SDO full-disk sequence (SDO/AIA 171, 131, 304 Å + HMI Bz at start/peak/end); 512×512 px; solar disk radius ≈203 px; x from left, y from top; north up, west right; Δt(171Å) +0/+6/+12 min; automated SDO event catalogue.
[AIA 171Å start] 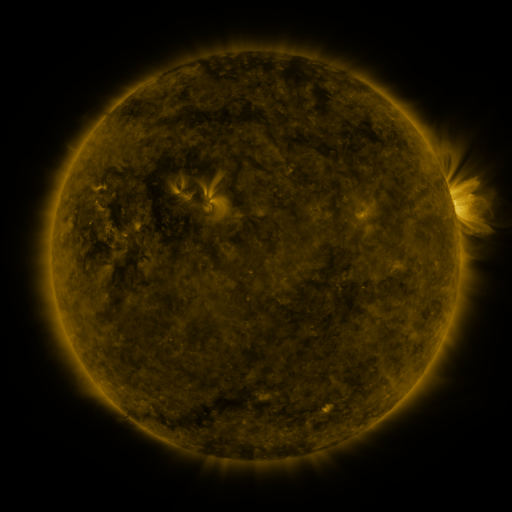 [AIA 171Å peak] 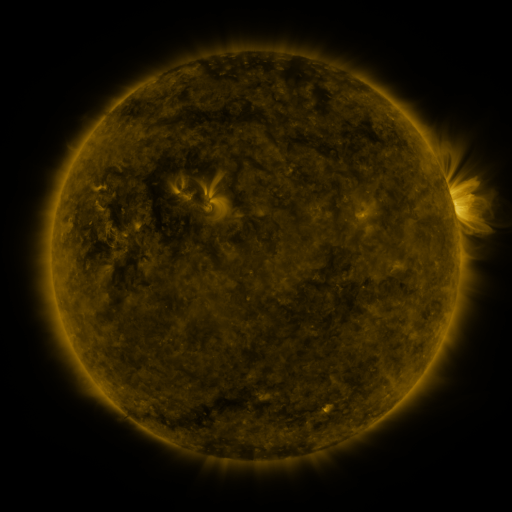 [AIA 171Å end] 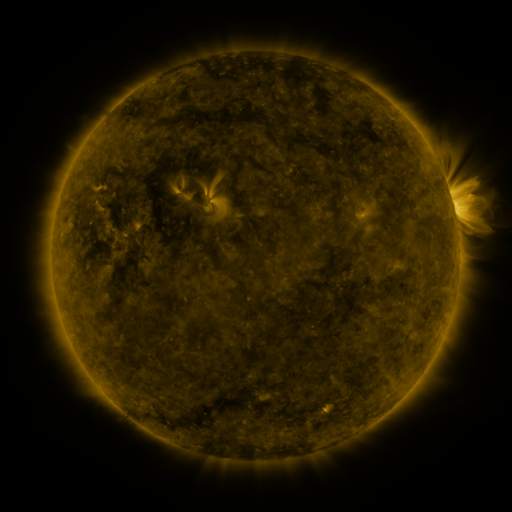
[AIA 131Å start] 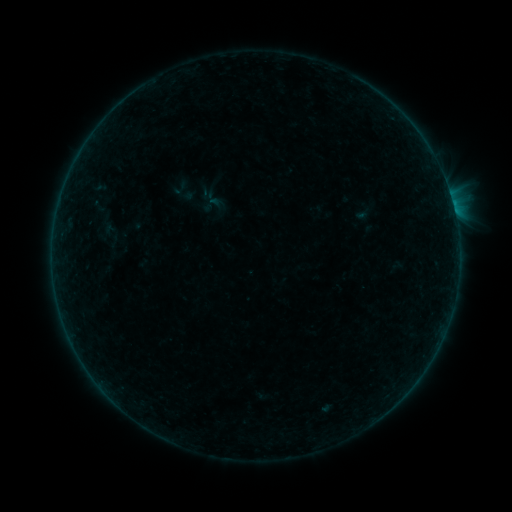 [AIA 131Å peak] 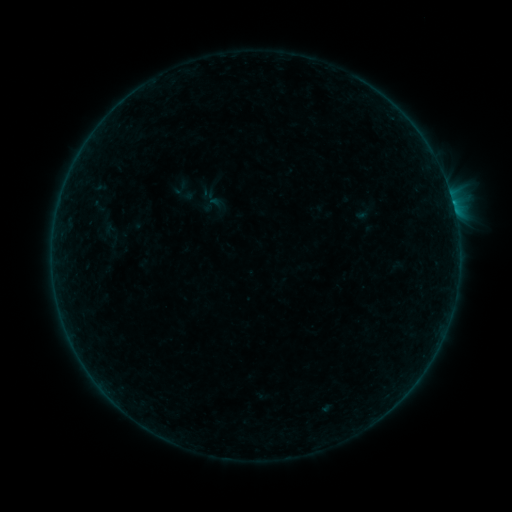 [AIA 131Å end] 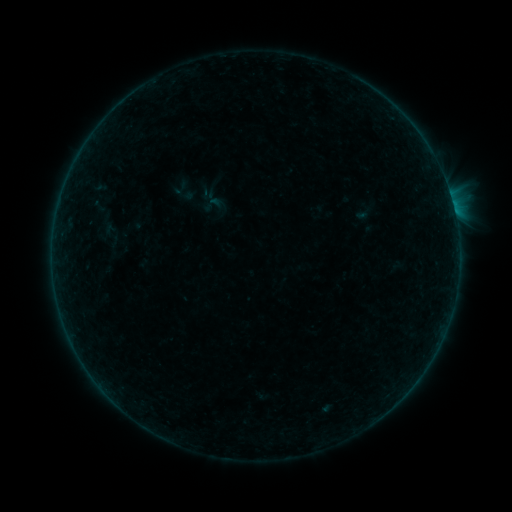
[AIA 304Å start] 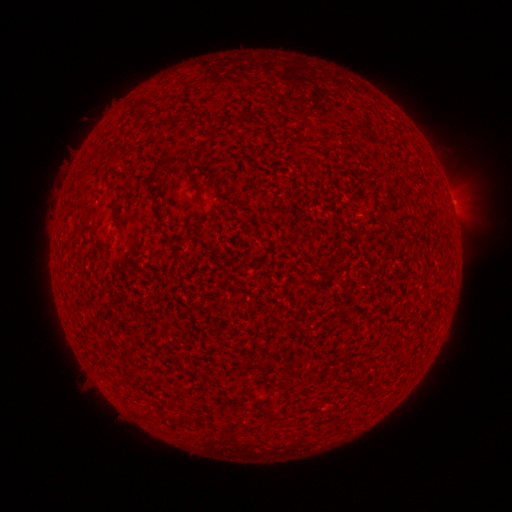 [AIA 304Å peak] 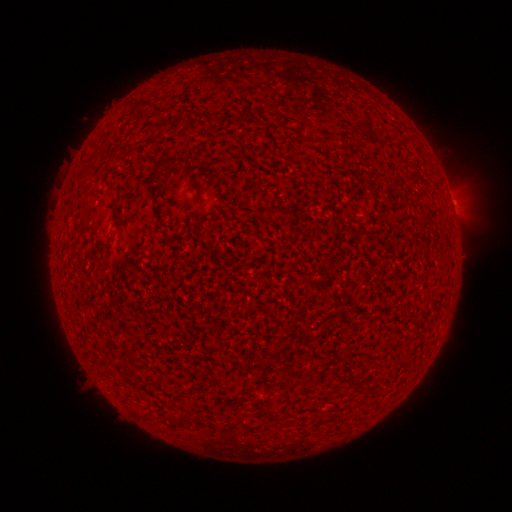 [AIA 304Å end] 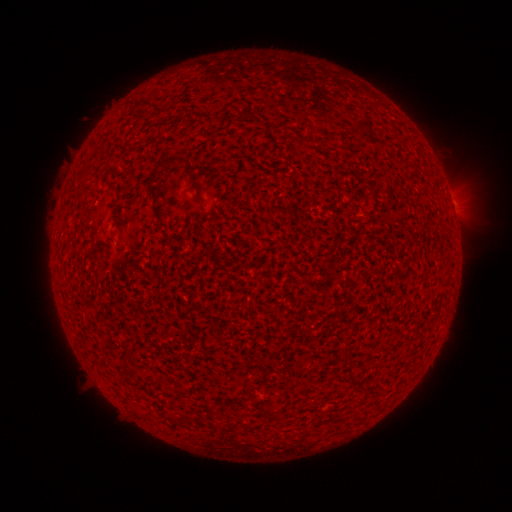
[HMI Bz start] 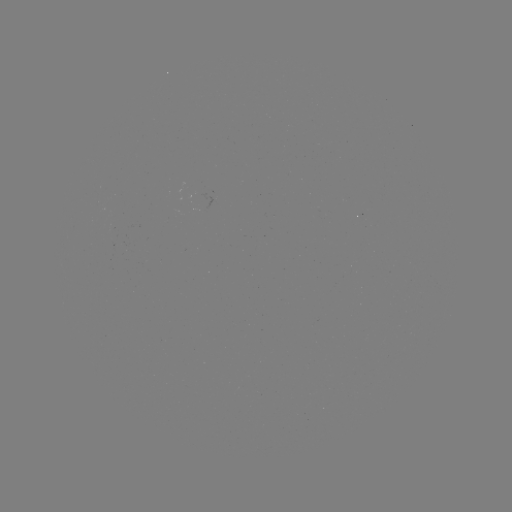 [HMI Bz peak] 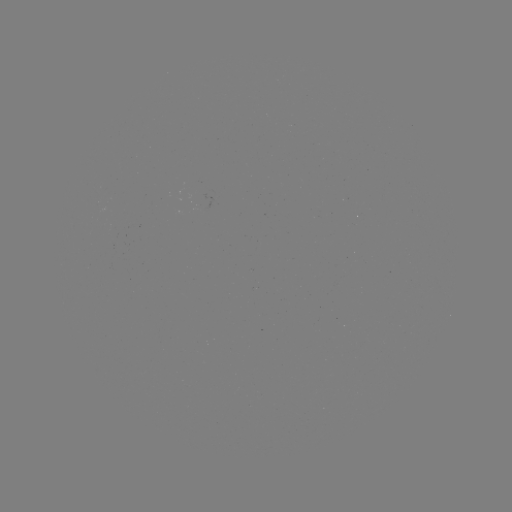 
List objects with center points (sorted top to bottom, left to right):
B1.3 flare: (455, 217)
